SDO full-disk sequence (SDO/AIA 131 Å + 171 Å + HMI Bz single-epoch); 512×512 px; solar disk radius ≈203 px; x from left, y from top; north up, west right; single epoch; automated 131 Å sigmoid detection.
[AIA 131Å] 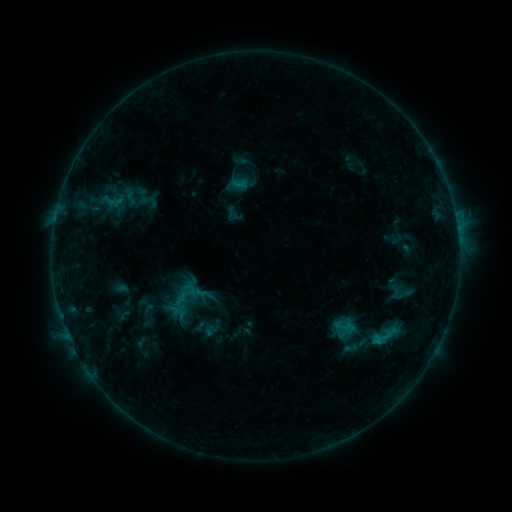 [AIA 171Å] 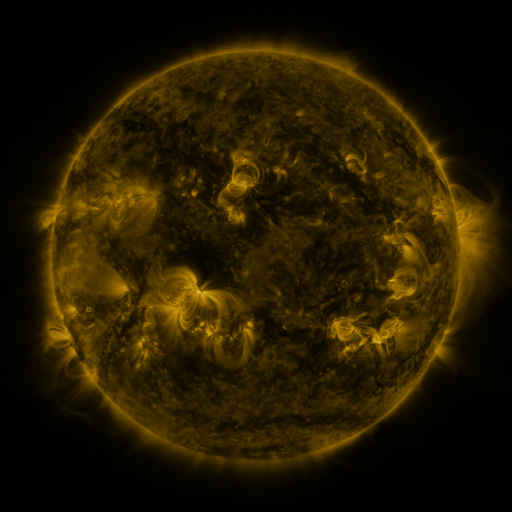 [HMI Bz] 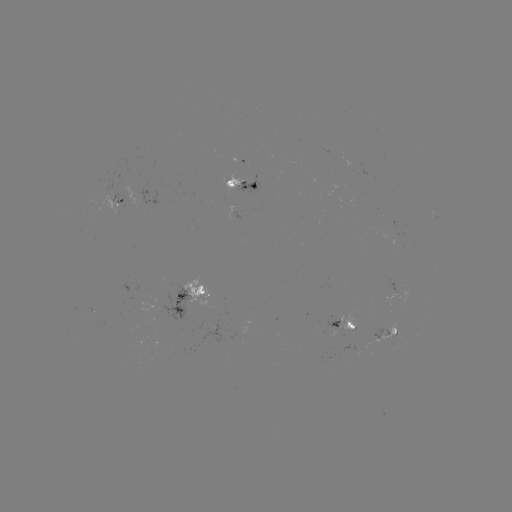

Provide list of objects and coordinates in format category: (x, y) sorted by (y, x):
sigmoid: (148, 200)
sigmoid: (385, 337)
